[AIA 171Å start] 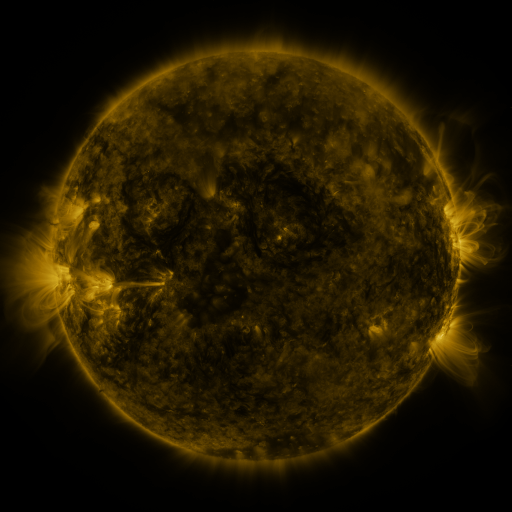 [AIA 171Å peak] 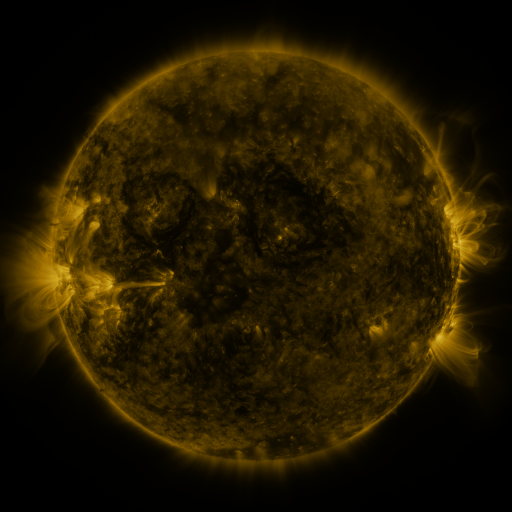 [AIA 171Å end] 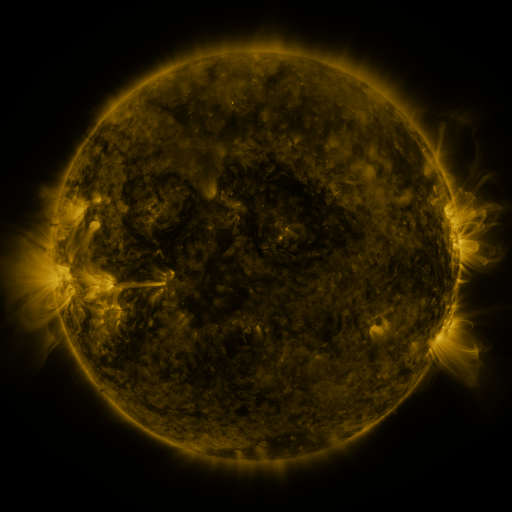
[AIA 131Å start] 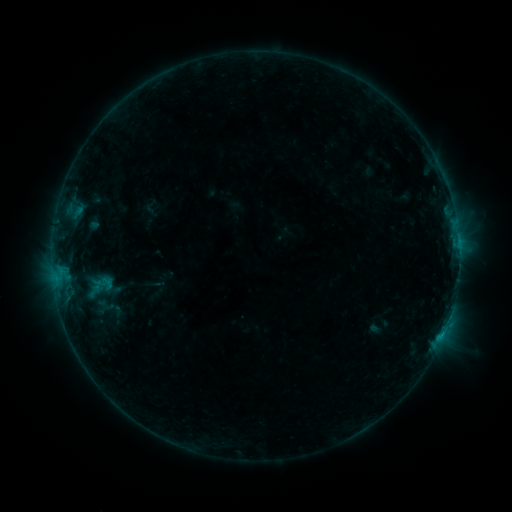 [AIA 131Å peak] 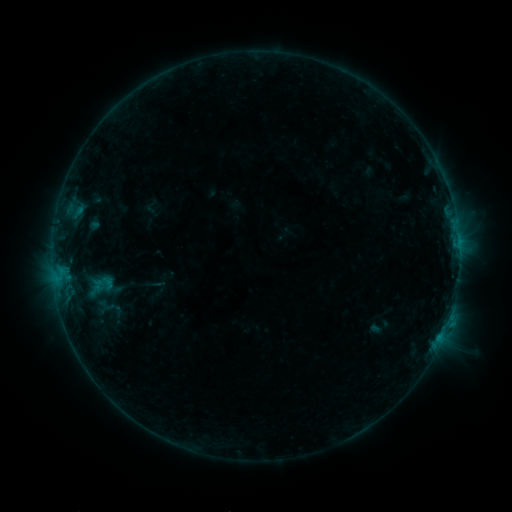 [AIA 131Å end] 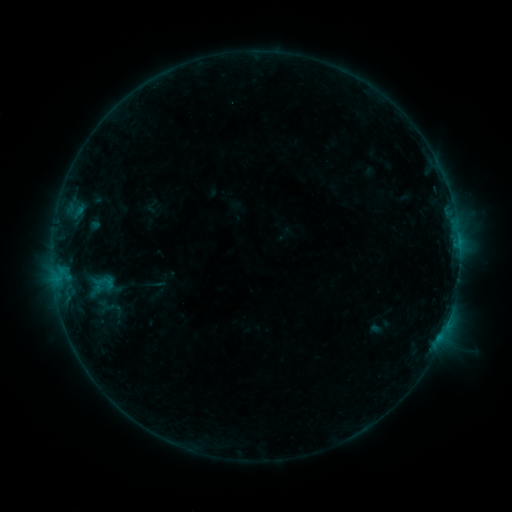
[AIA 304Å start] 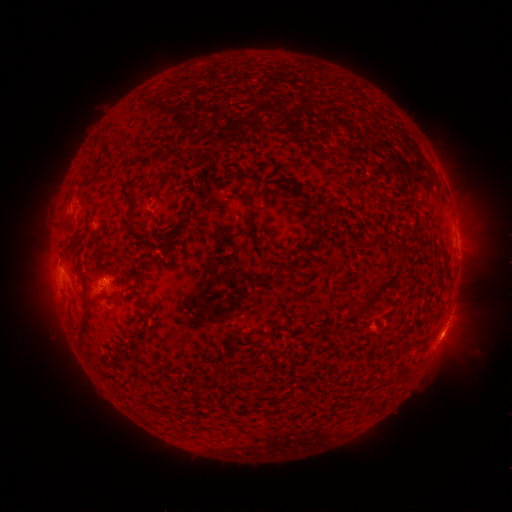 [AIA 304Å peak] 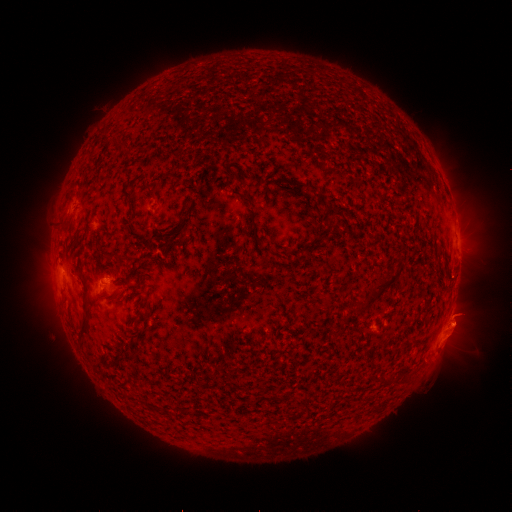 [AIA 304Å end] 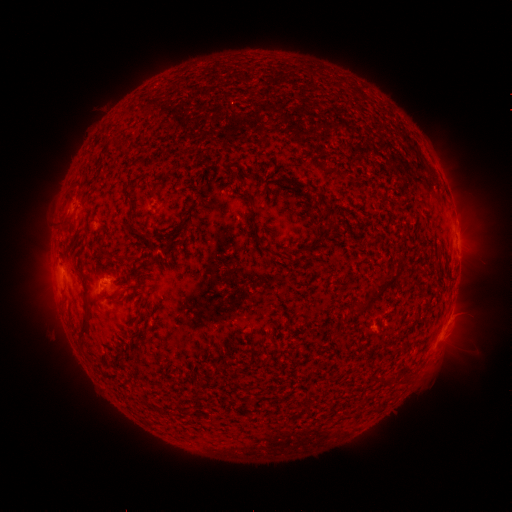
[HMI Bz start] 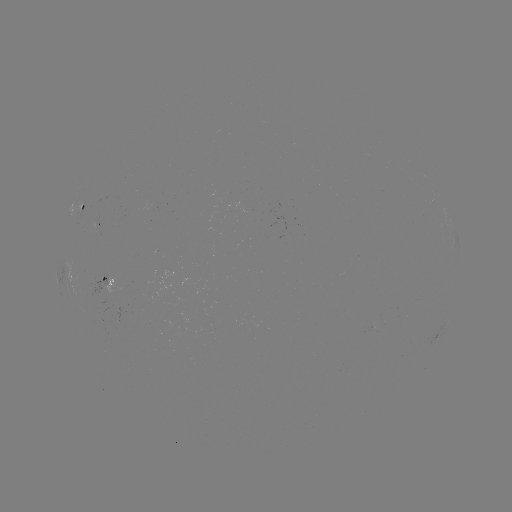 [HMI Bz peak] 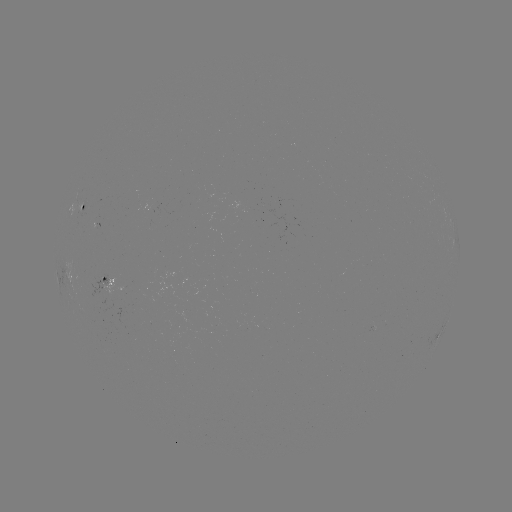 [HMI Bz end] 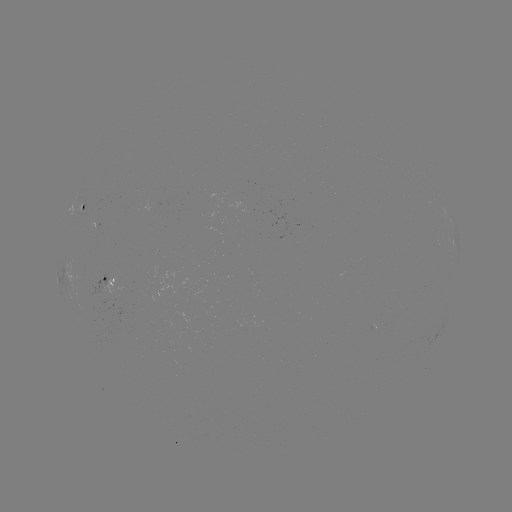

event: eruption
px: (450, 339)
